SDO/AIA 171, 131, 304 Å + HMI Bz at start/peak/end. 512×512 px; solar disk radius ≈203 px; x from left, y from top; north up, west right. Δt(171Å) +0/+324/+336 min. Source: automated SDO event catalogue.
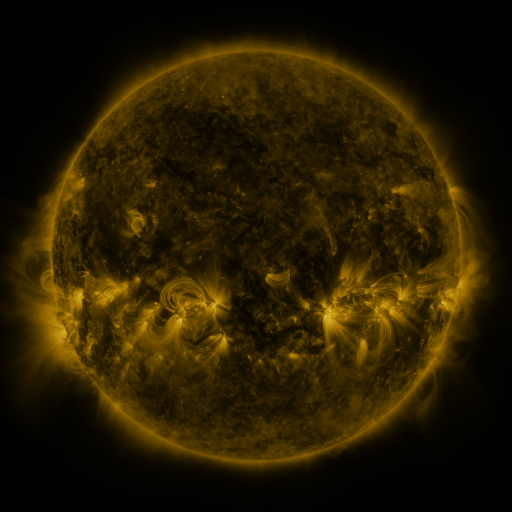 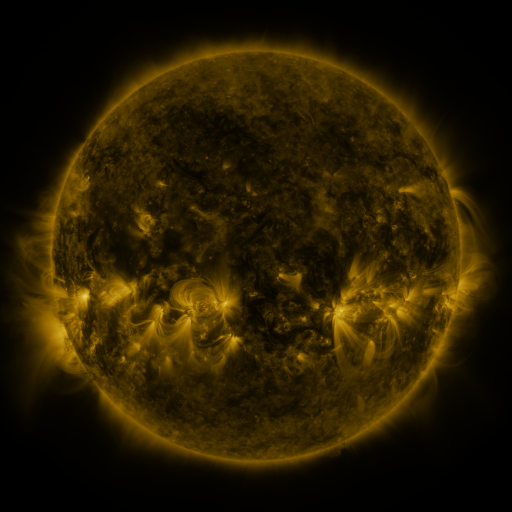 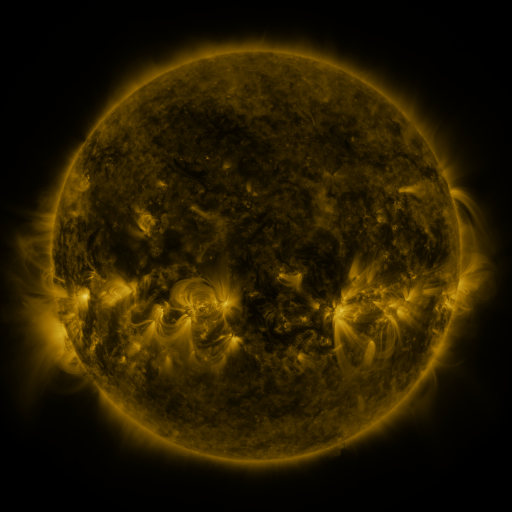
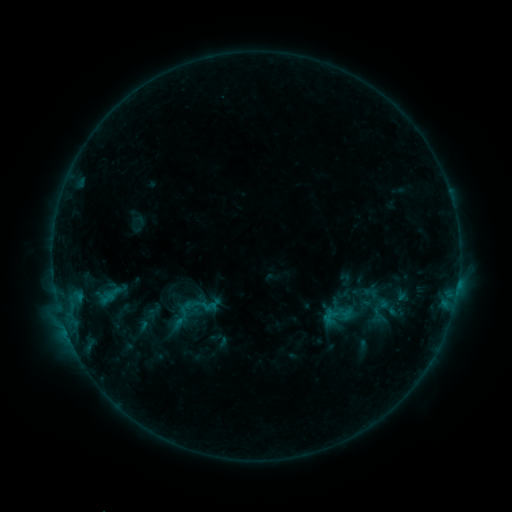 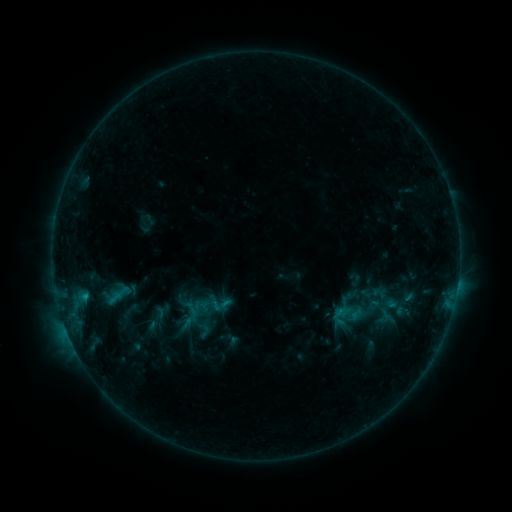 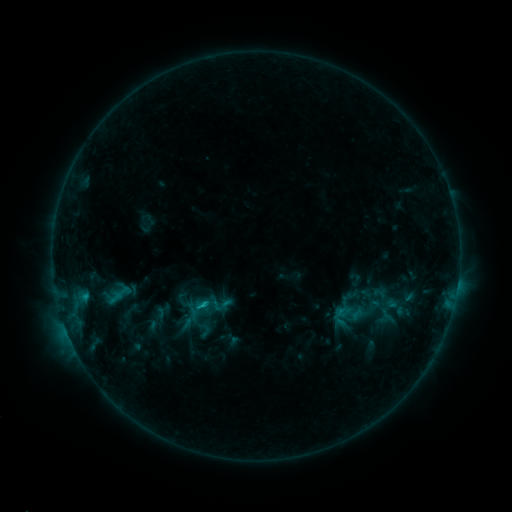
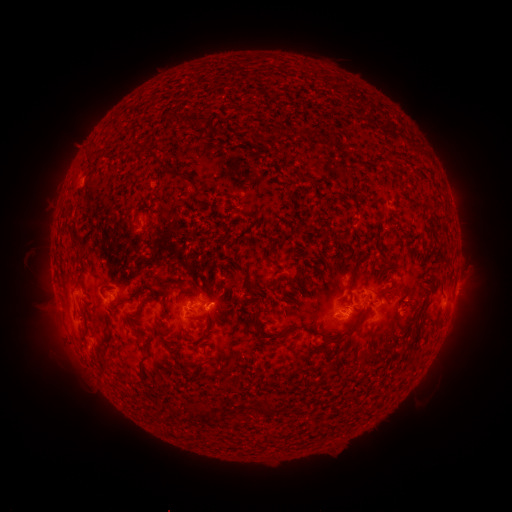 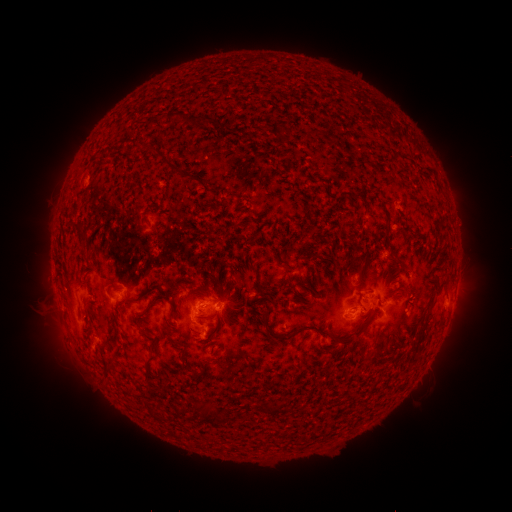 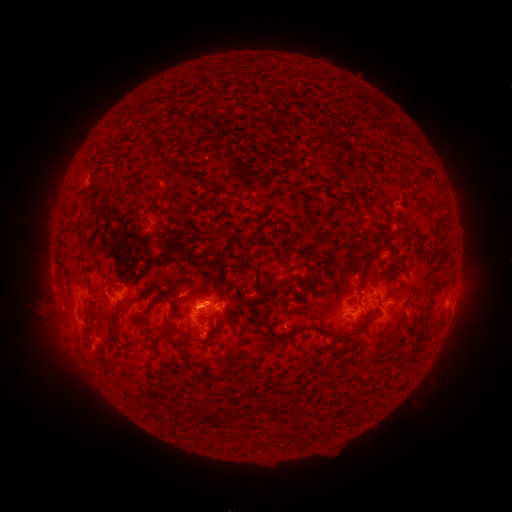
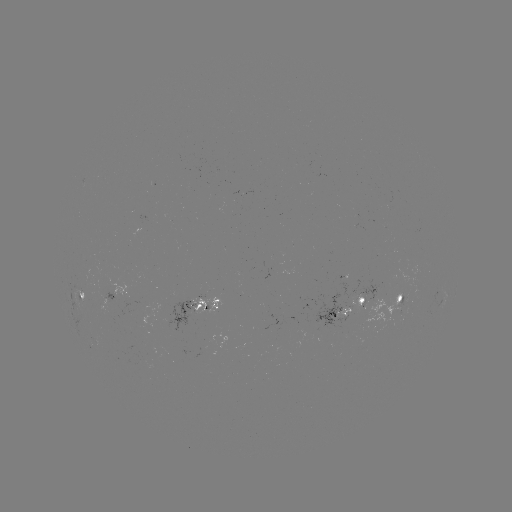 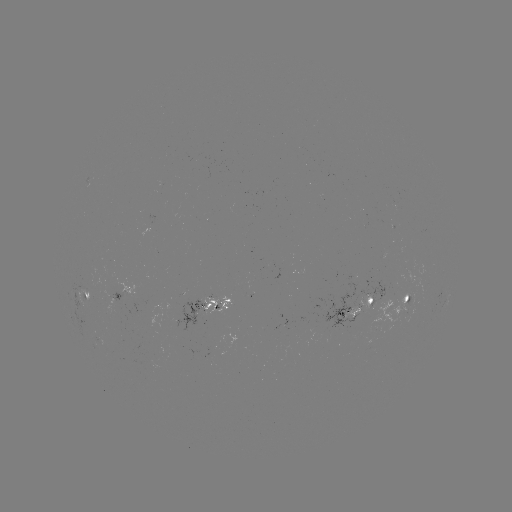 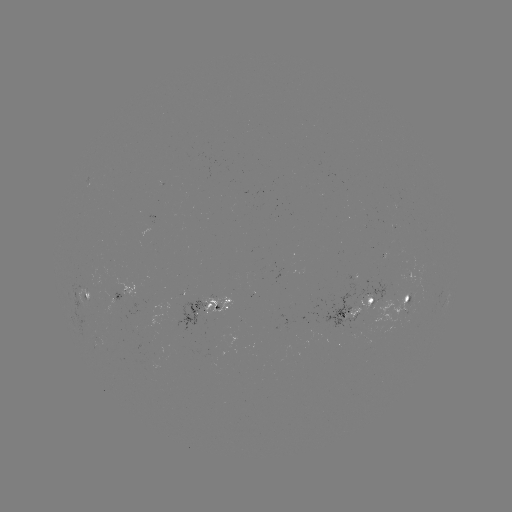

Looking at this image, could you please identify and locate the emerging-flux region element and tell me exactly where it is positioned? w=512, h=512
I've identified emerging-flux region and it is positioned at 368,297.